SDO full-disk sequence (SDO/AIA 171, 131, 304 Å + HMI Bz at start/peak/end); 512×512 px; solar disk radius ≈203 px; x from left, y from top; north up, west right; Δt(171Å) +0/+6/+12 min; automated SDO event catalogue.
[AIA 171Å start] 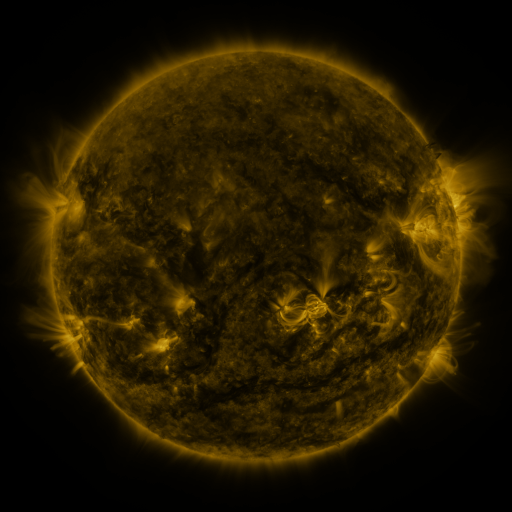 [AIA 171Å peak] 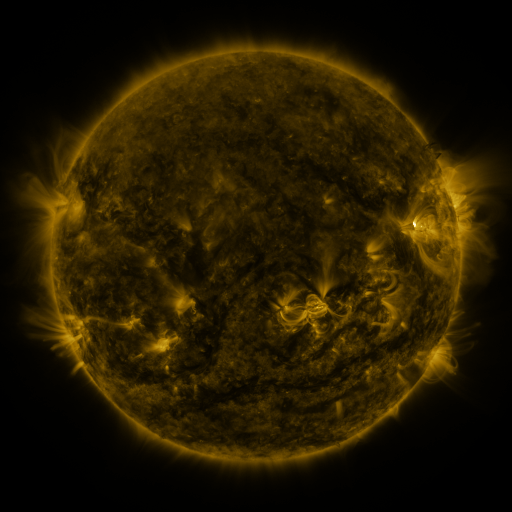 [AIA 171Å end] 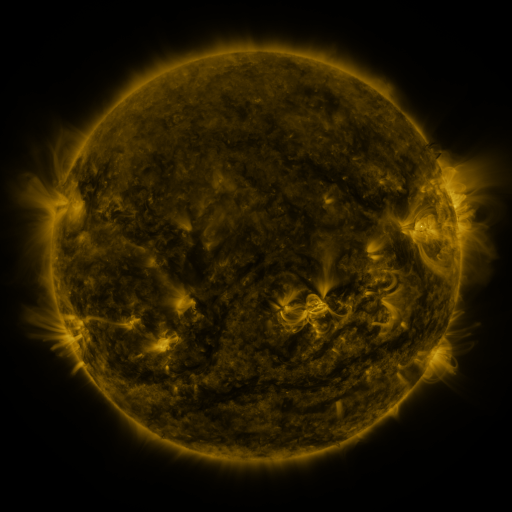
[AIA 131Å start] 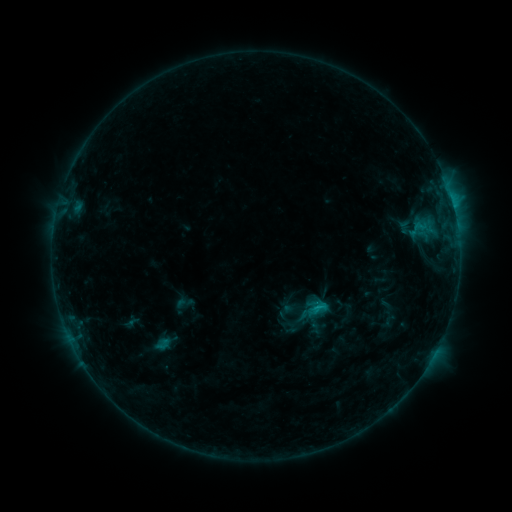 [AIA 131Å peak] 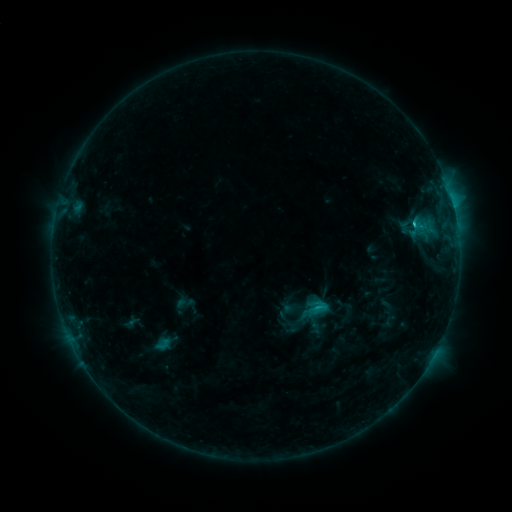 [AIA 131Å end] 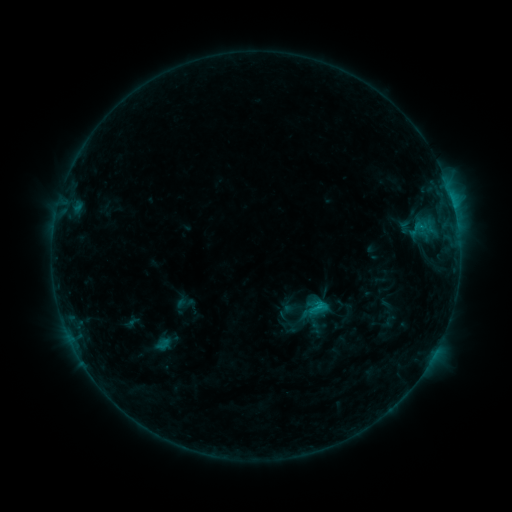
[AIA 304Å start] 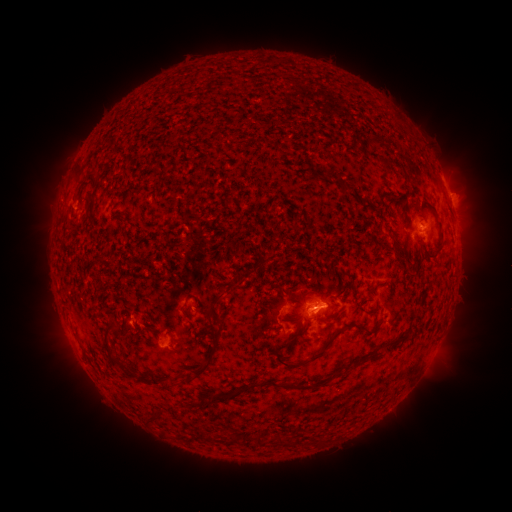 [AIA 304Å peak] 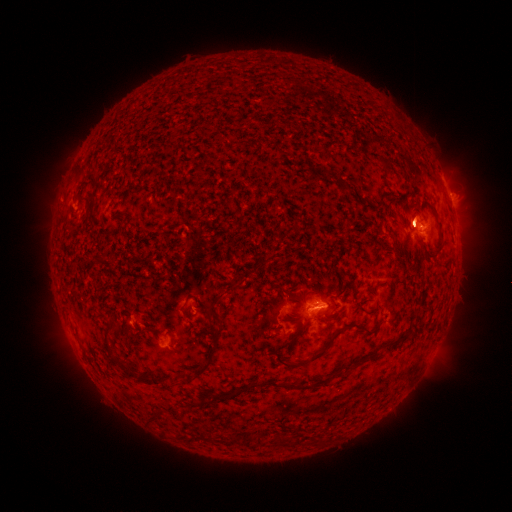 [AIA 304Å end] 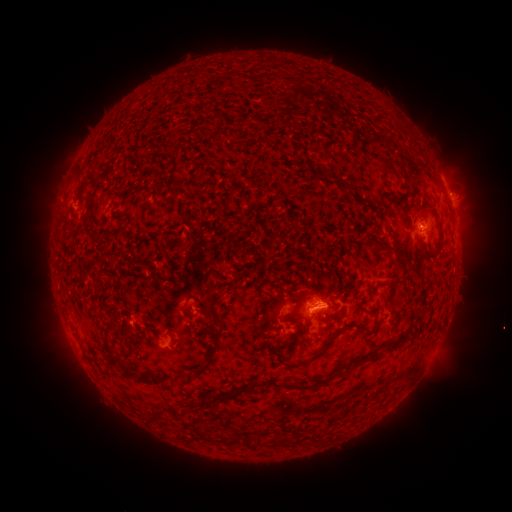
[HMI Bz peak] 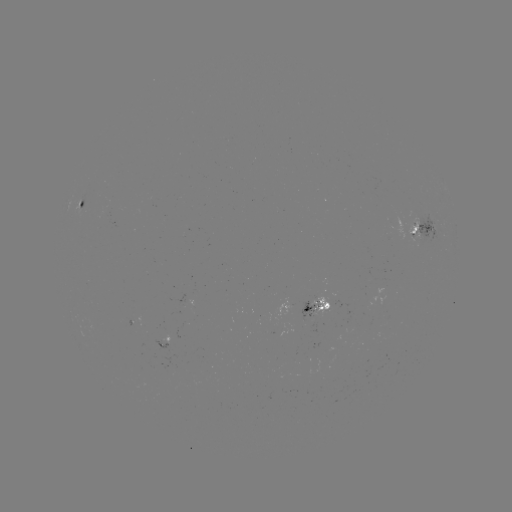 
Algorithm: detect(C1.0 flare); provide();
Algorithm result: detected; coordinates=(412, 227)